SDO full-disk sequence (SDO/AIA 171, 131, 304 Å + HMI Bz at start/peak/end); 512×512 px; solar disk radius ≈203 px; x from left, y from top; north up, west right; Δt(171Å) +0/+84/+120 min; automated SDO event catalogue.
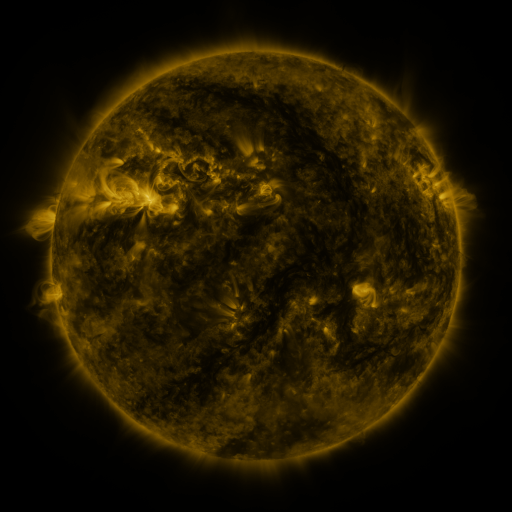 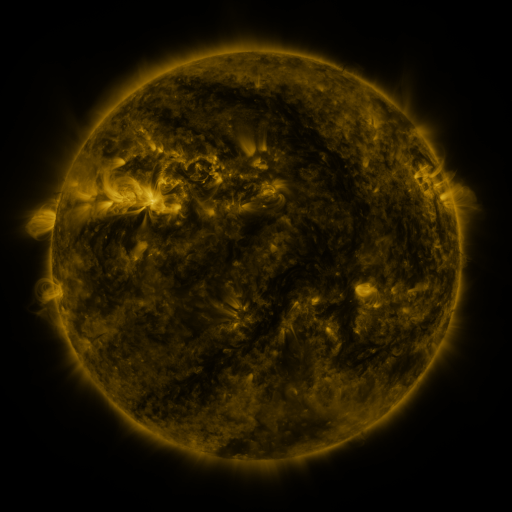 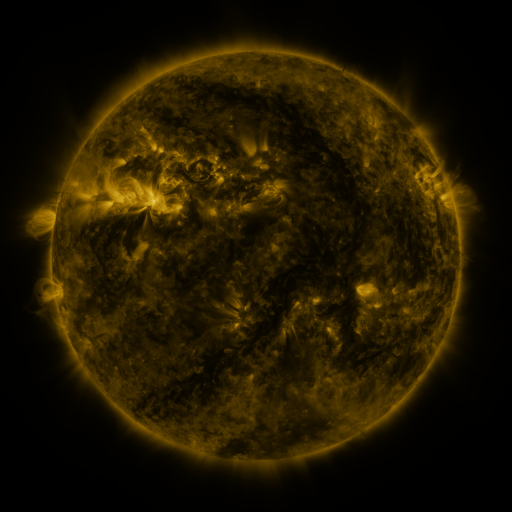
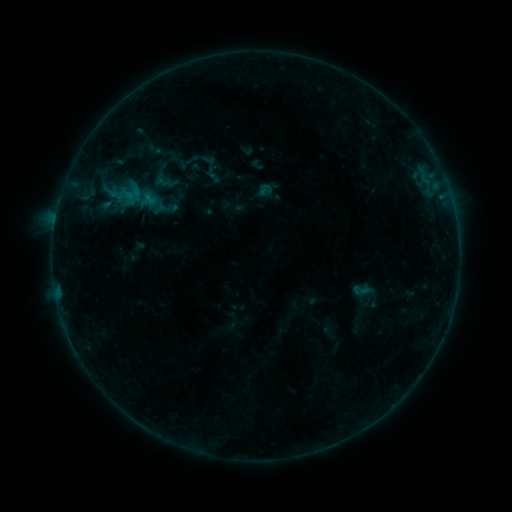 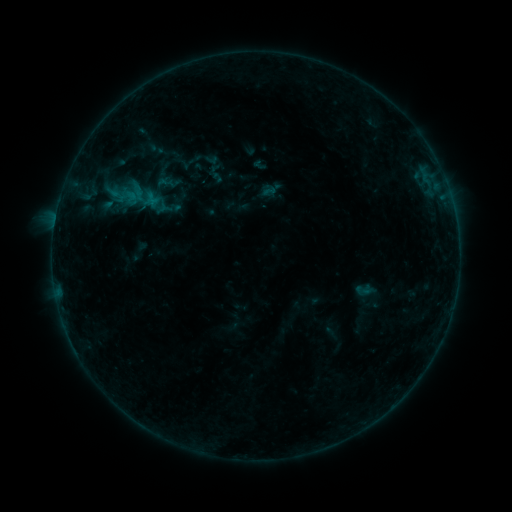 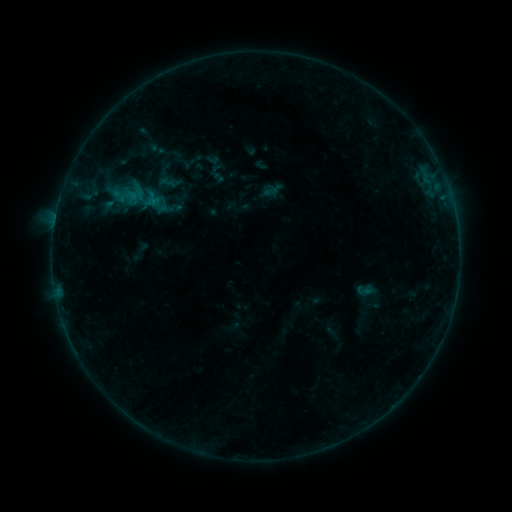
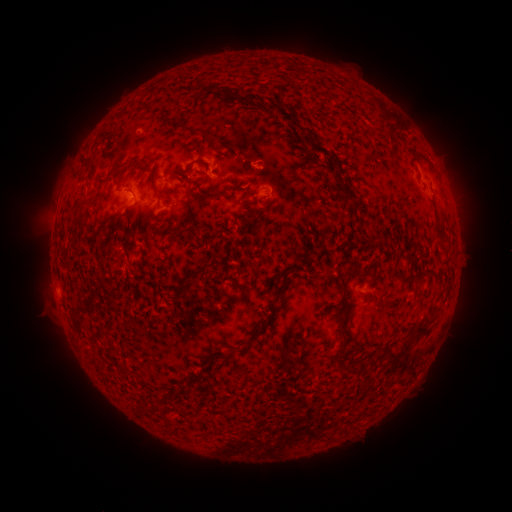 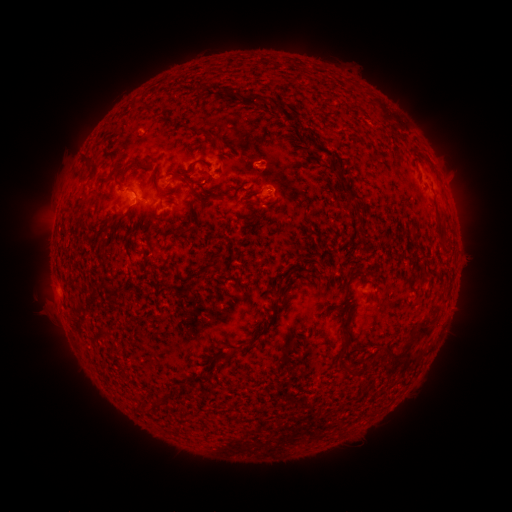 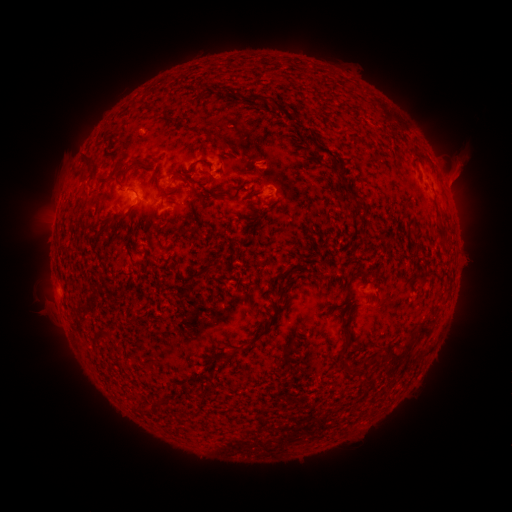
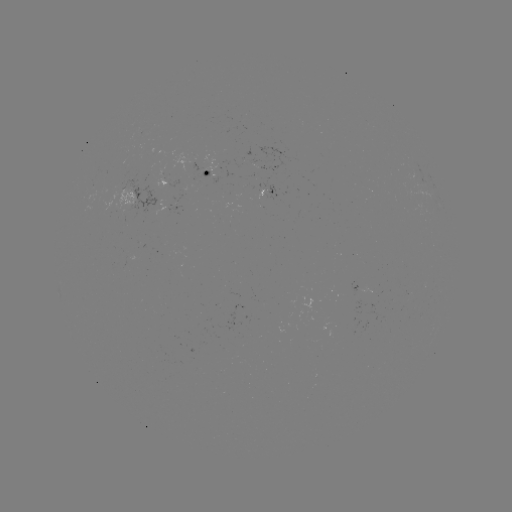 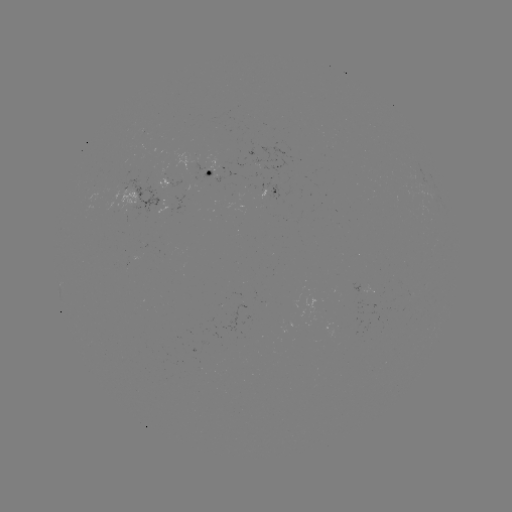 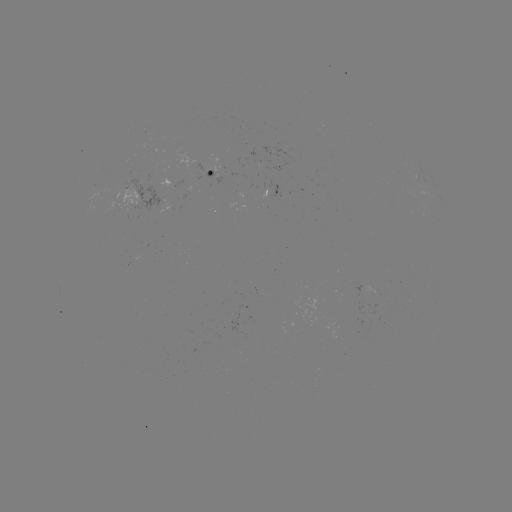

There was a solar emerging-flux region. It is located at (375, 287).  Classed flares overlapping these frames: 1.